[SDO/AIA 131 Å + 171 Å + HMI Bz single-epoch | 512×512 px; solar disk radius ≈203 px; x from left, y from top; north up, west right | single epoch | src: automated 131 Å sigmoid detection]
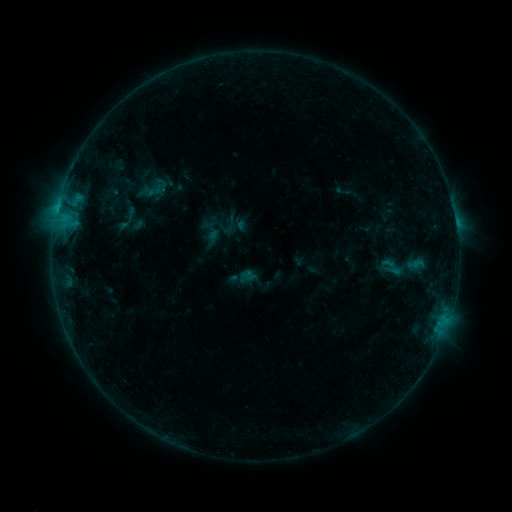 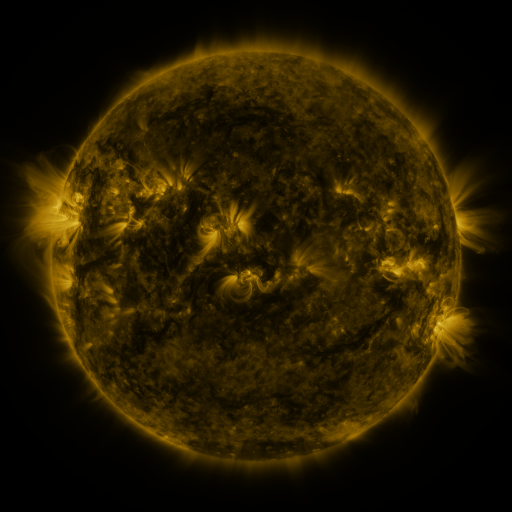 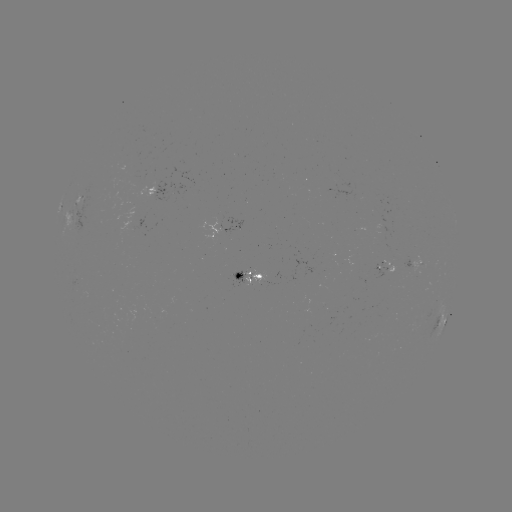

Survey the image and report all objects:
sigmoid: (392, 267)
